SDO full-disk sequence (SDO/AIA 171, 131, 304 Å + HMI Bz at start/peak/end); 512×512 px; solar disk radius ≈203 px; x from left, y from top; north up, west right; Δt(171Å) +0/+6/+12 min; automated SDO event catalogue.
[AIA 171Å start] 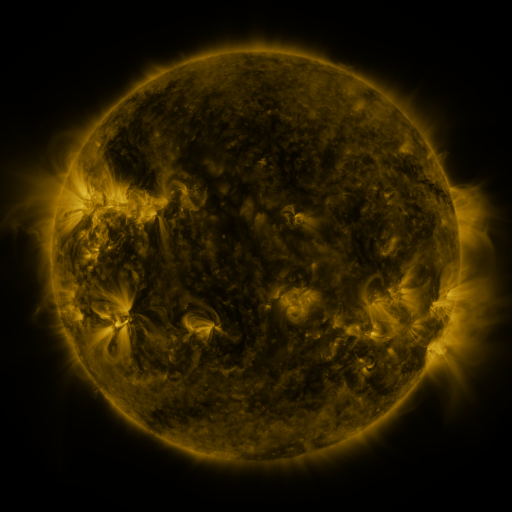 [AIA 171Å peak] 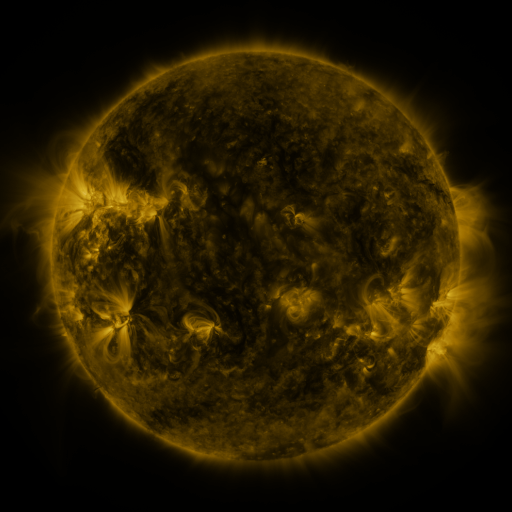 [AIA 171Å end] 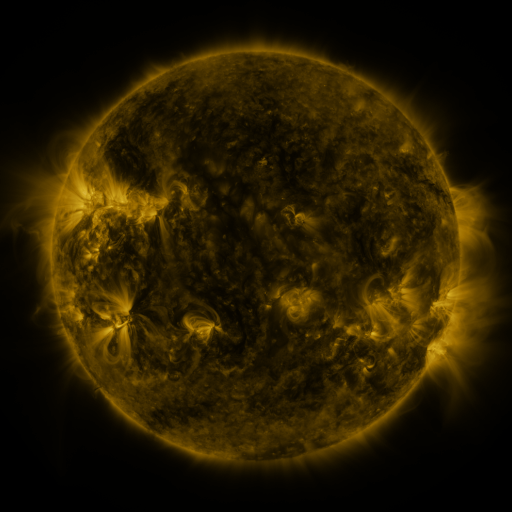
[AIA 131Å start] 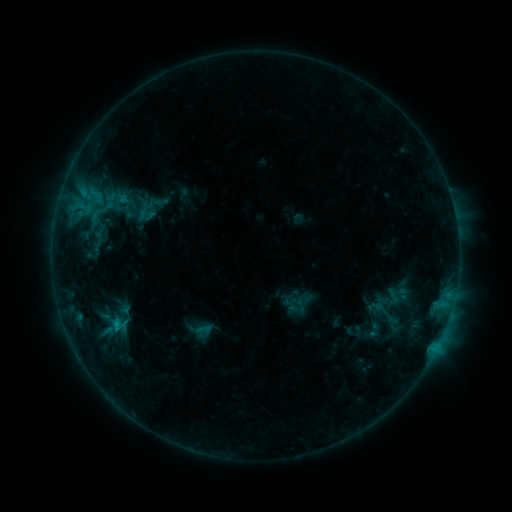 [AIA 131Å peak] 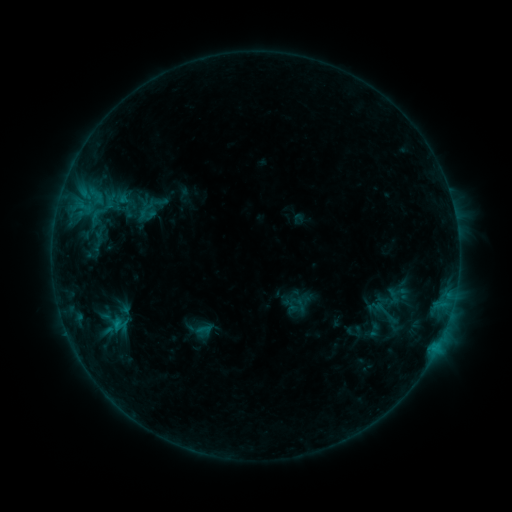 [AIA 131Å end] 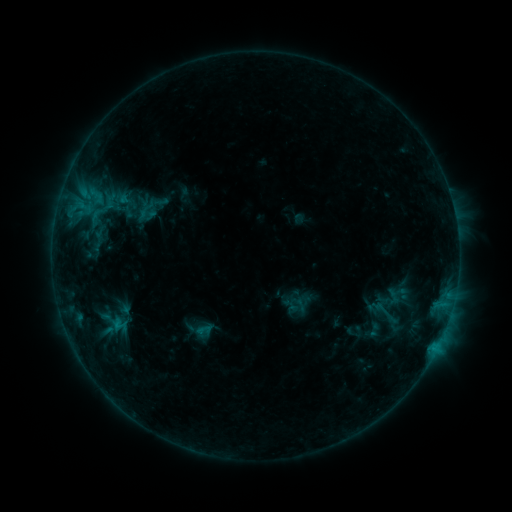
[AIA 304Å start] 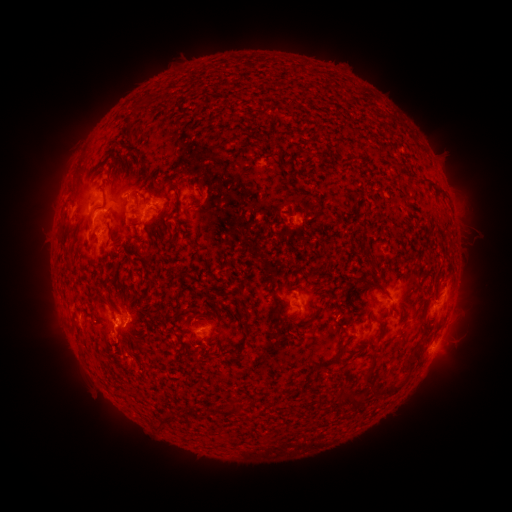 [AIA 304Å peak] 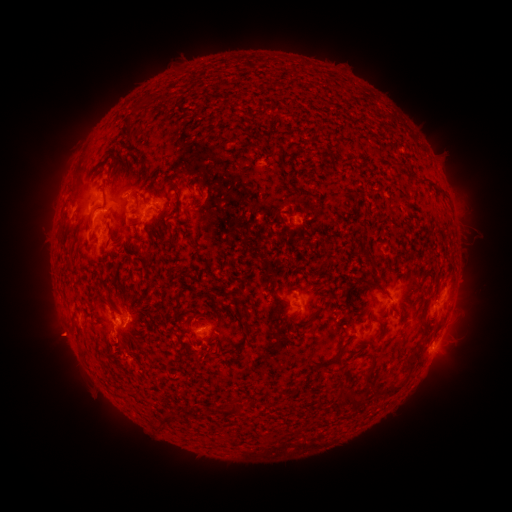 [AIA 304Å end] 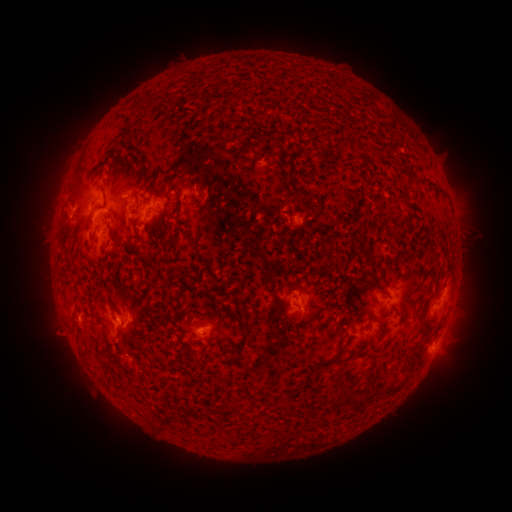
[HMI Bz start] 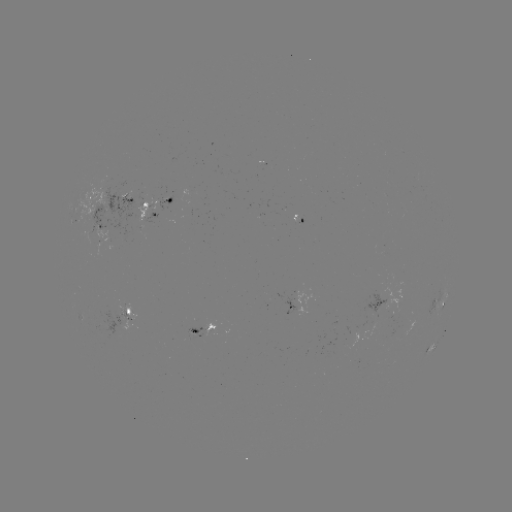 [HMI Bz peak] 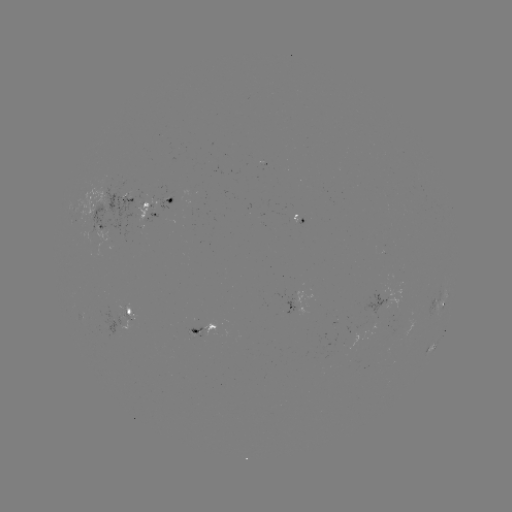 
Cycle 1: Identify eruption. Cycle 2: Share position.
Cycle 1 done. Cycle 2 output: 58,337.